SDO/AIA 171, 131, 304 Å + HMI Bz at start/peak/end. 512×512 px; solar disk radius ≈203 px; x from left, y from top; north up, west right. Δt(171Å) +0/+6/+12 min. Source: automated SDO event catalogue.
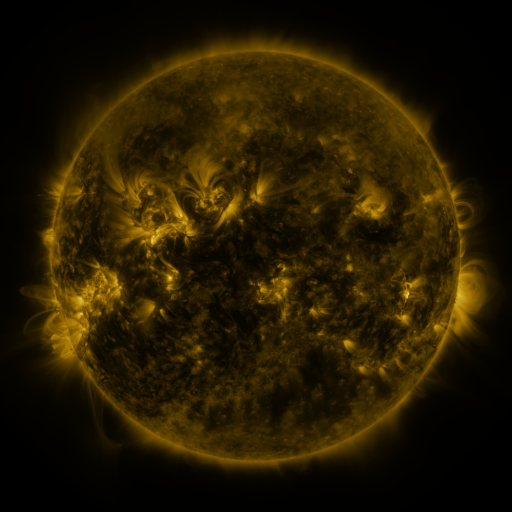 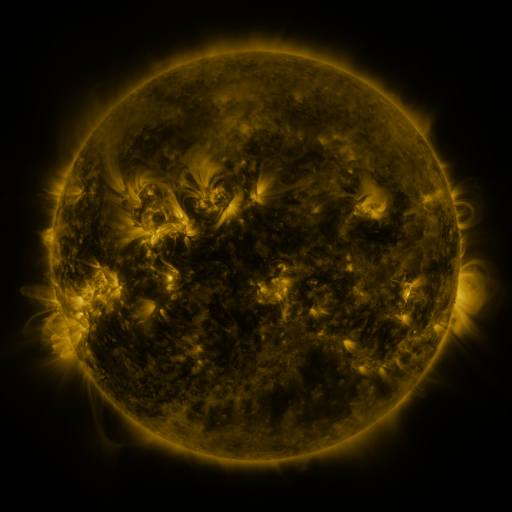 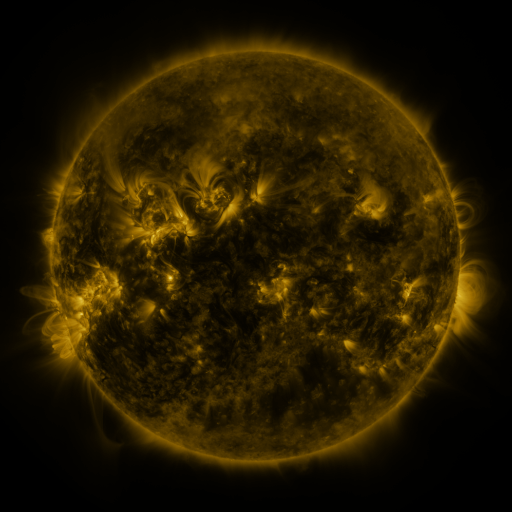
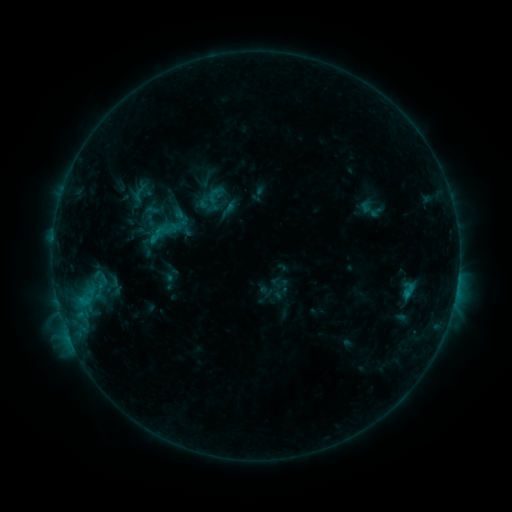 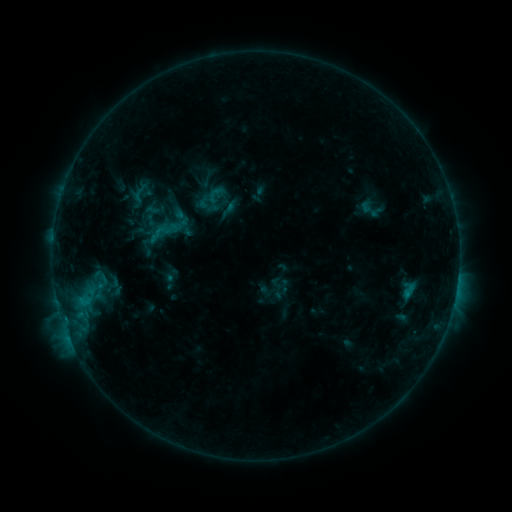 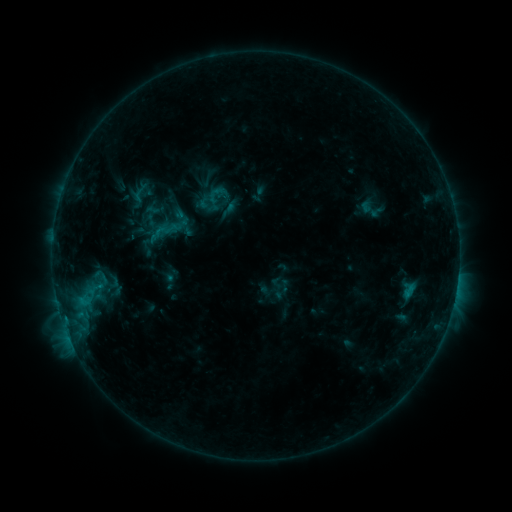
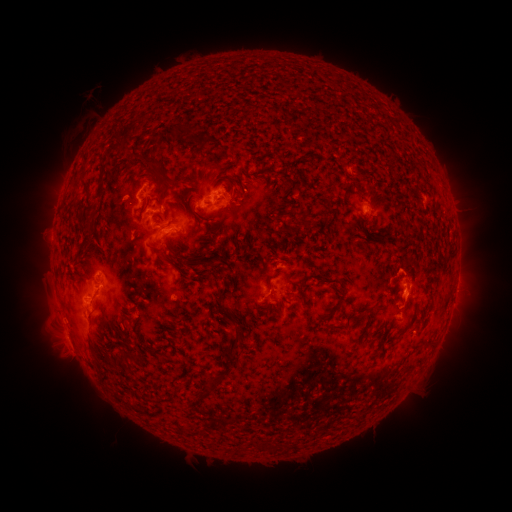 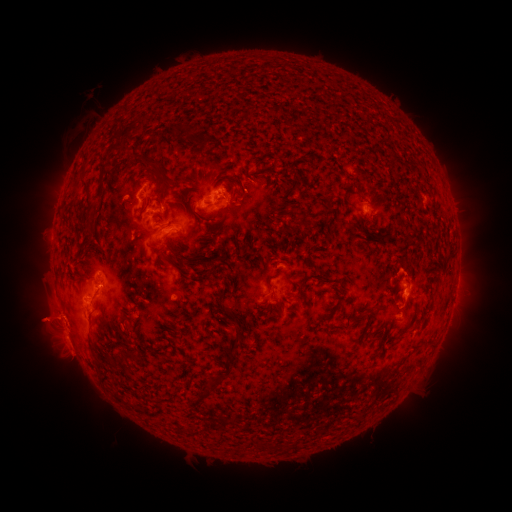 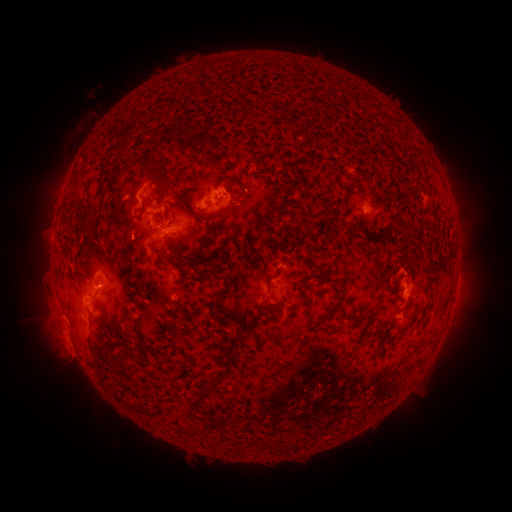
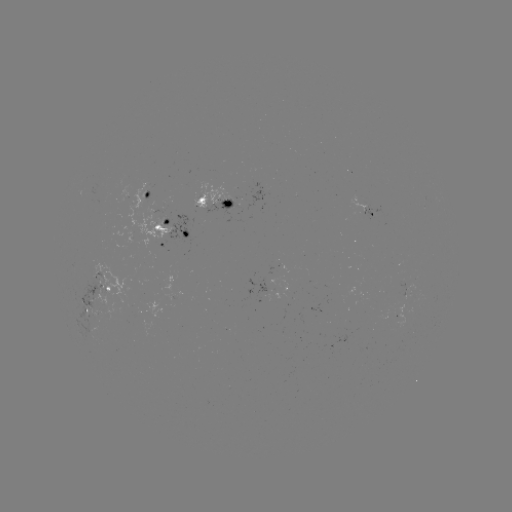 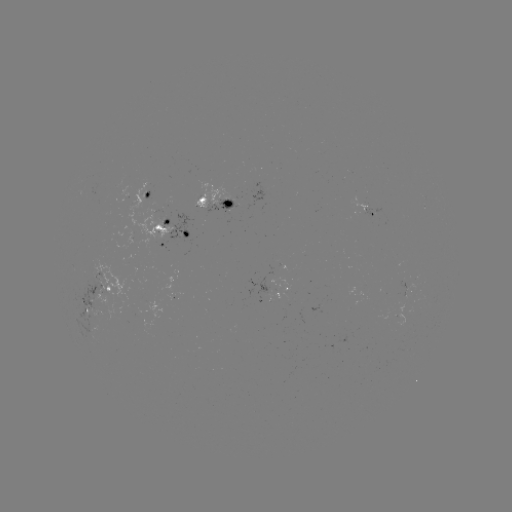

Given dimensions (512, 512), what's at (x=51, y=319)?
eruption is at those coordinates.